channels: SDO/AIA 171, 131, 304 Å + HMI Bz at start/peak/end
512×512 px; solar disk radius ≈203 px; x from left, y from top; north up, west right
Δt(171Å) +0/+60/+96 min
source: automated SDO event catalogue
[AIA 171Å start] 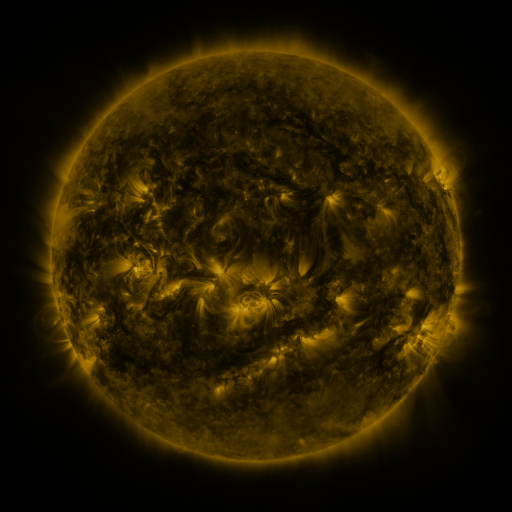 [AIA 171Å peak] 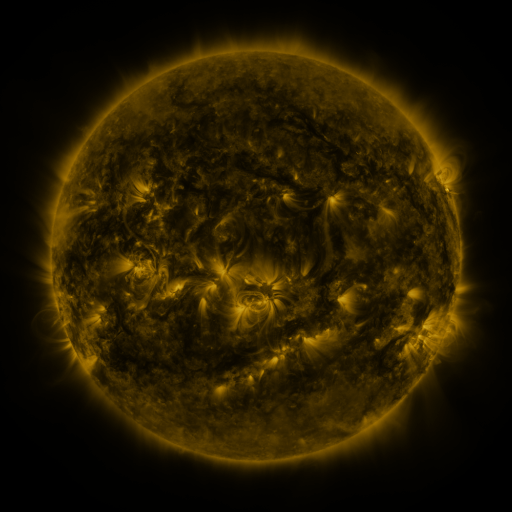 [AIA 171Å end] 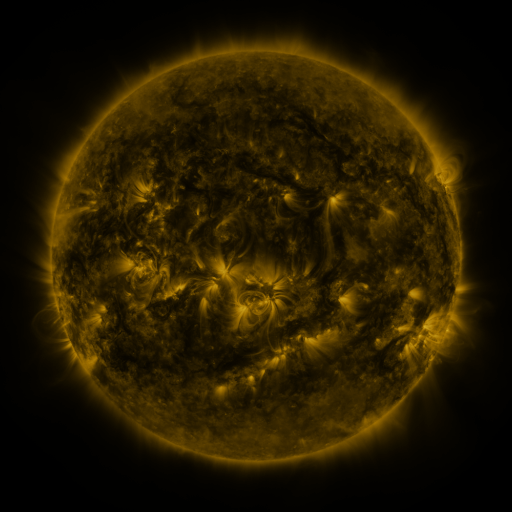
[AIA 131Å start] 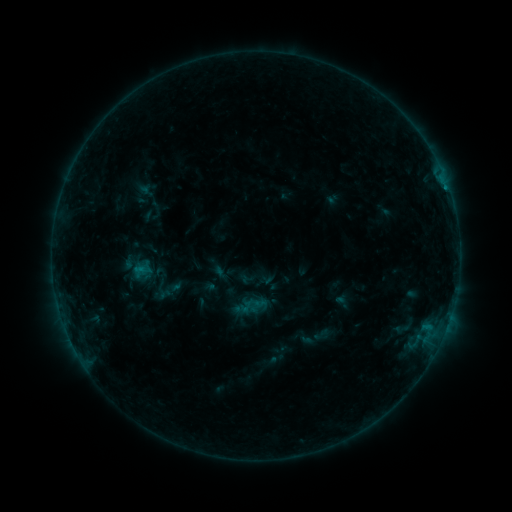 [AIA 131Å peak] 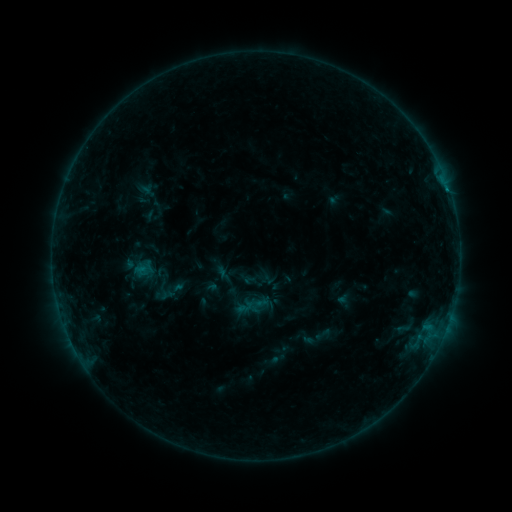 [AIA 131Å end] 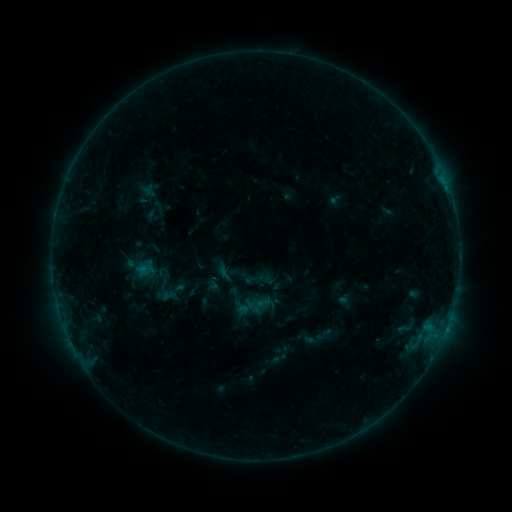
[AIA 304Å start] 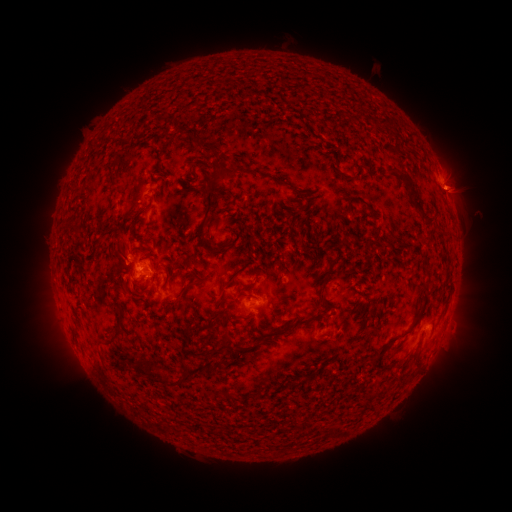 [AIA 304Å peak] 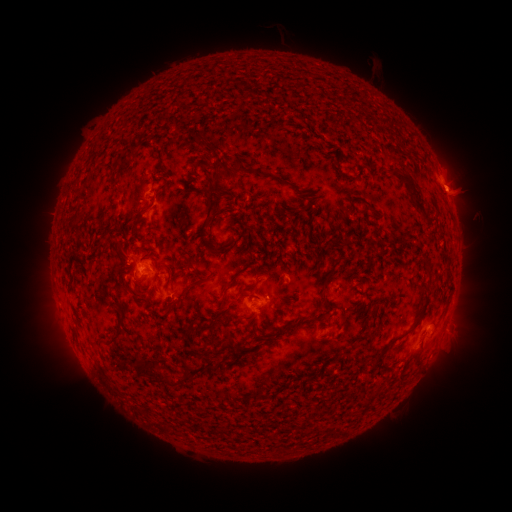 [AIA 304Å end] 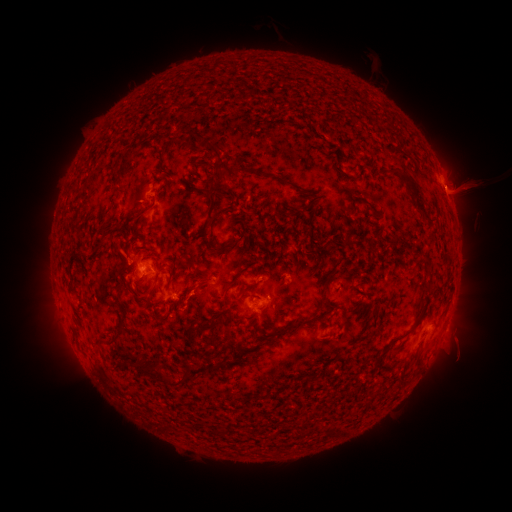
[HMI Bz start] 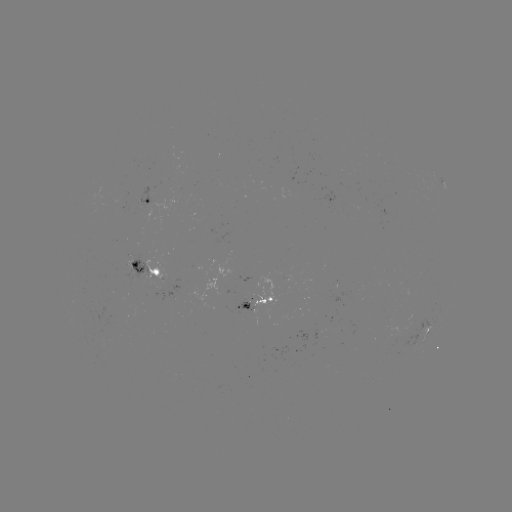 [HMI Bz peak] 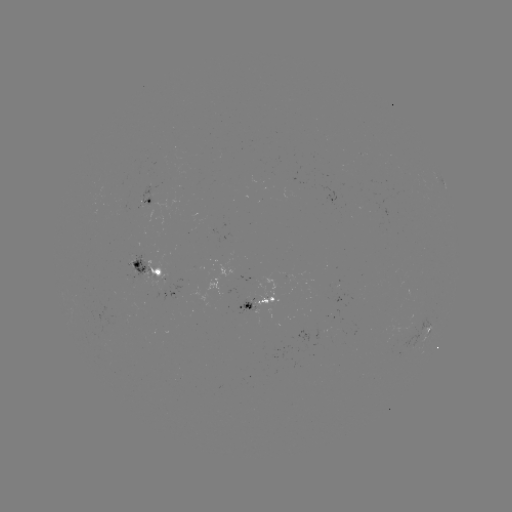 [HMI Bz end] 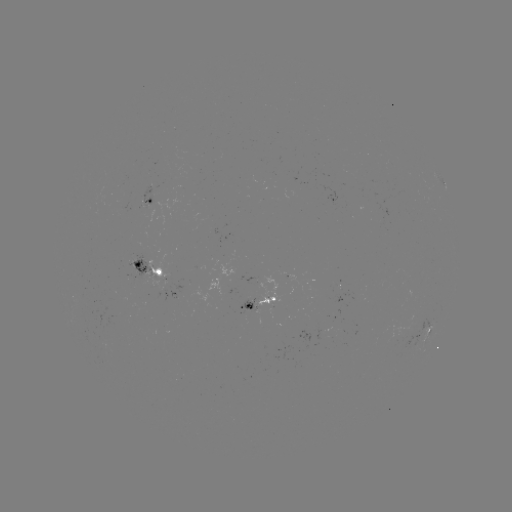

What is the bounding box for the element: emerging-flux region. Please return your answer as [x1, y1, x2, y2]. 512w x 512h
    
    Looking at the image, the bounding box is [114, 201, 127, 202].